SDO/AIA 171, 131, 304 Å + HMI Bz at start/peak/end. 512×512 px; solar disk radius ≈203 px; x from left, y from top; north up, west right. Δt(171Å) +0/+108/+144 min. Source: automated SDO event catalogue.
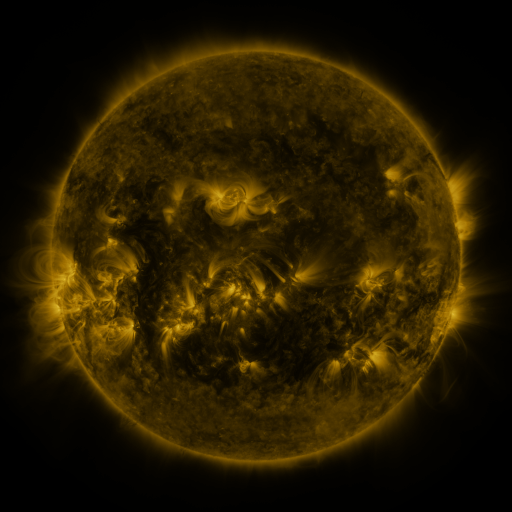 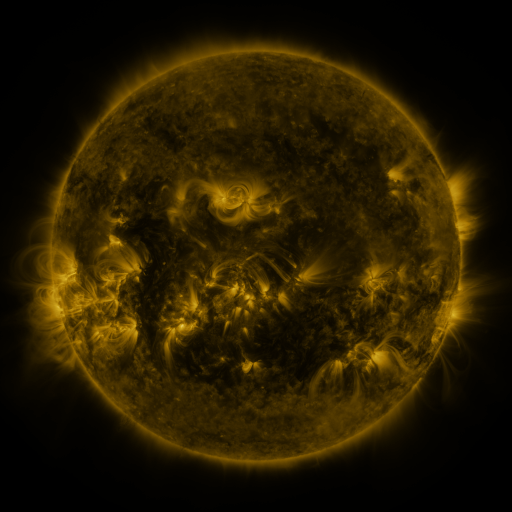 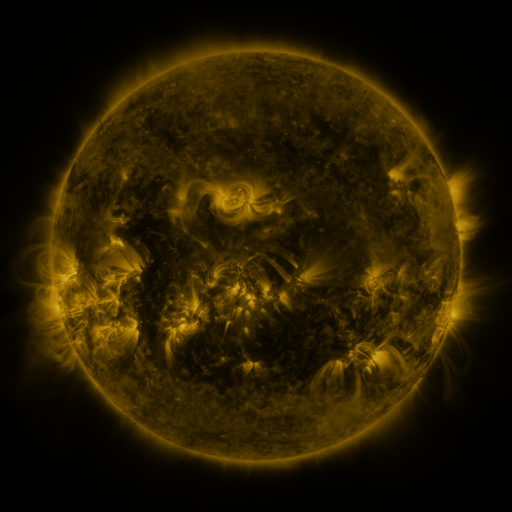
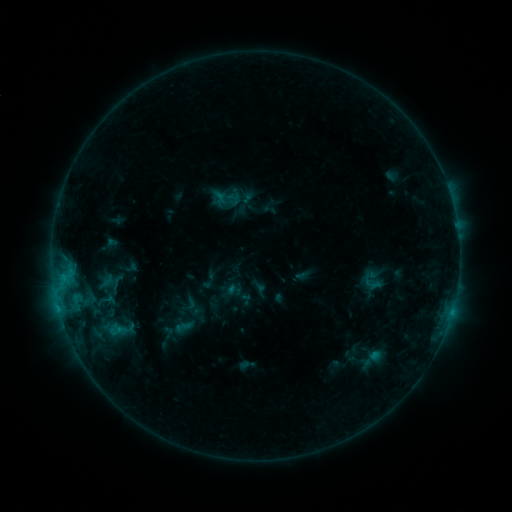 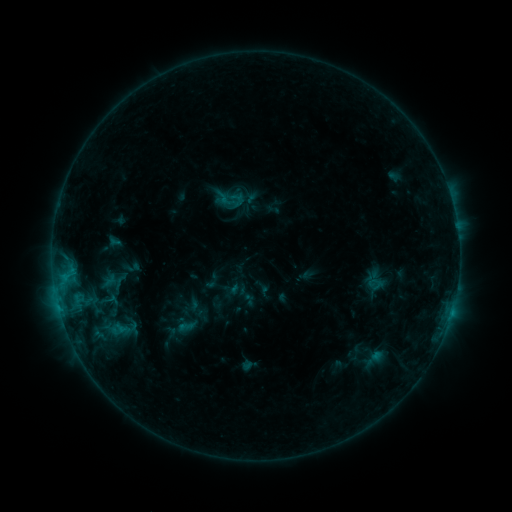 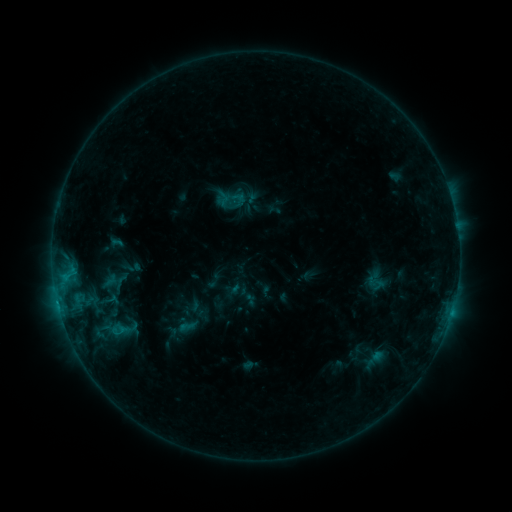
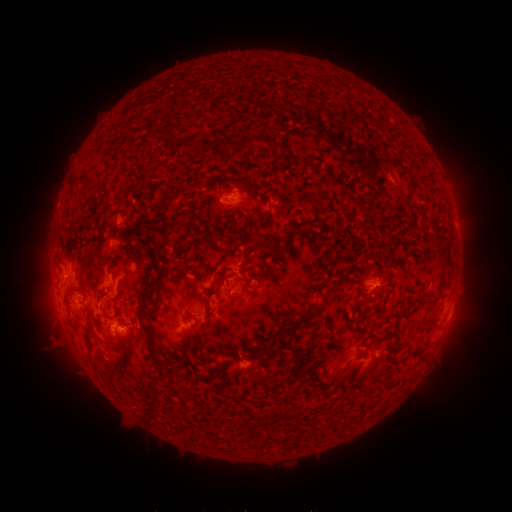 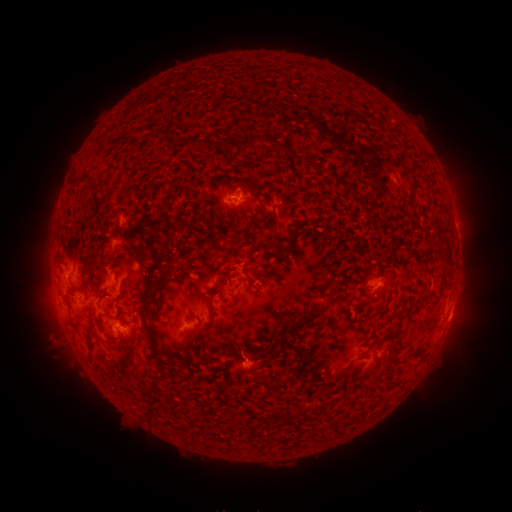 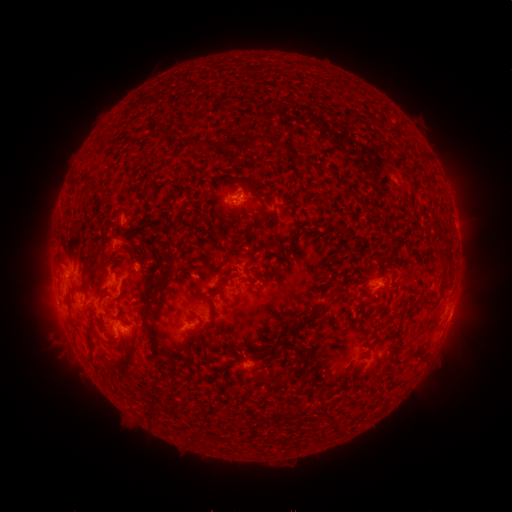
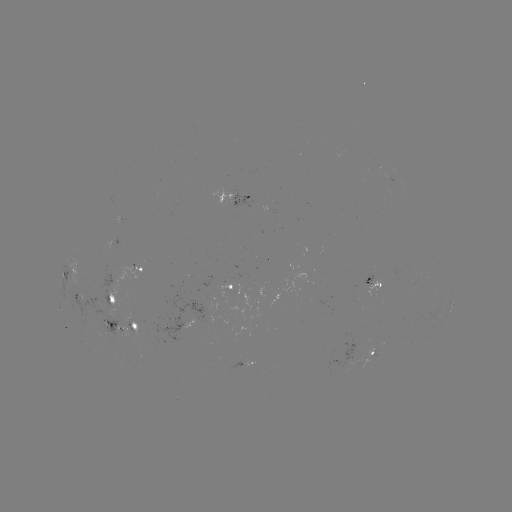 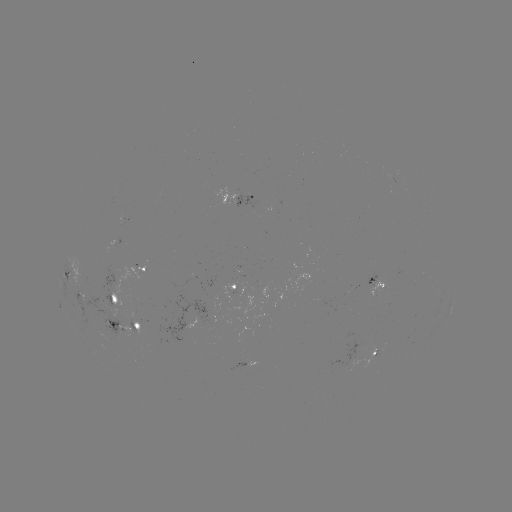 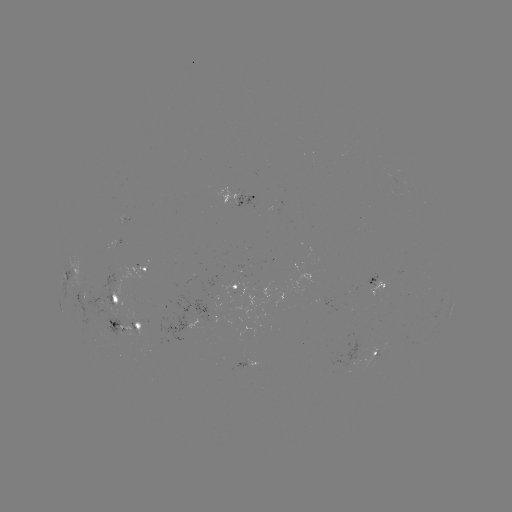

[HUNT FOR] emerging-flux region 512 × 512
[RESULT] [246, 198]